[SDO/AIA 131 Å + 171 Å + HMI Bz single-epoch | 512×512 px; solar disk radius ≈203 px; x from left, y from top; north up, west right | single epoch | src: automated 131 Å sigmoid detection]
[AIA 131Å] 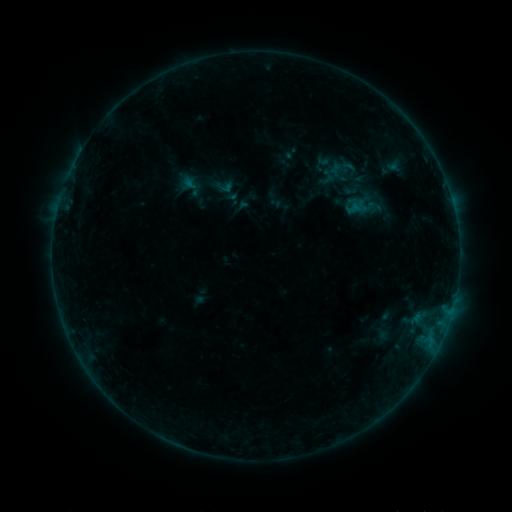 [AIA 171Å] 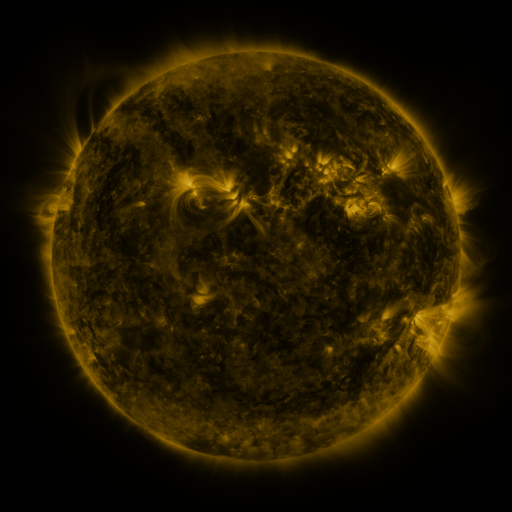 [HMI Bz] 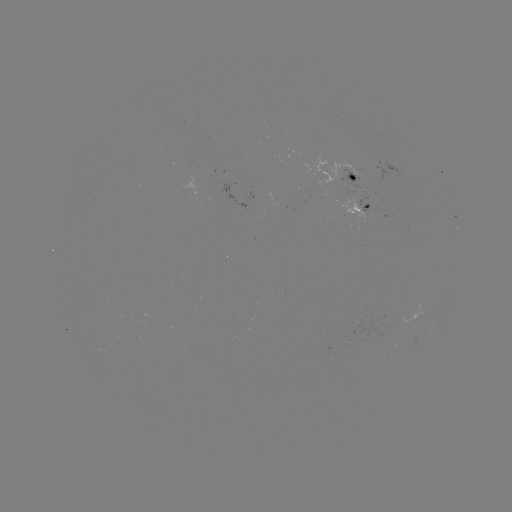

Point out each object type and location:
sigmoid: (223, 186)
